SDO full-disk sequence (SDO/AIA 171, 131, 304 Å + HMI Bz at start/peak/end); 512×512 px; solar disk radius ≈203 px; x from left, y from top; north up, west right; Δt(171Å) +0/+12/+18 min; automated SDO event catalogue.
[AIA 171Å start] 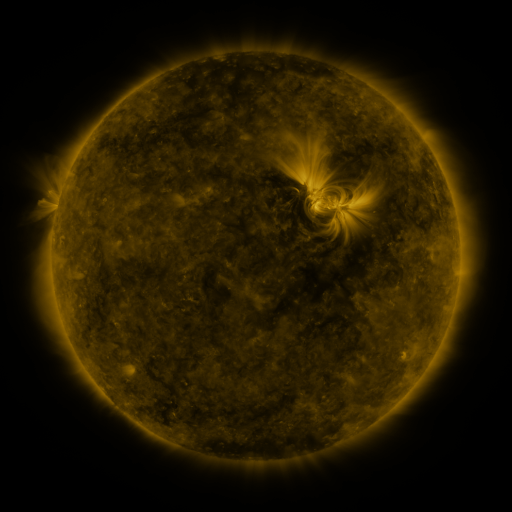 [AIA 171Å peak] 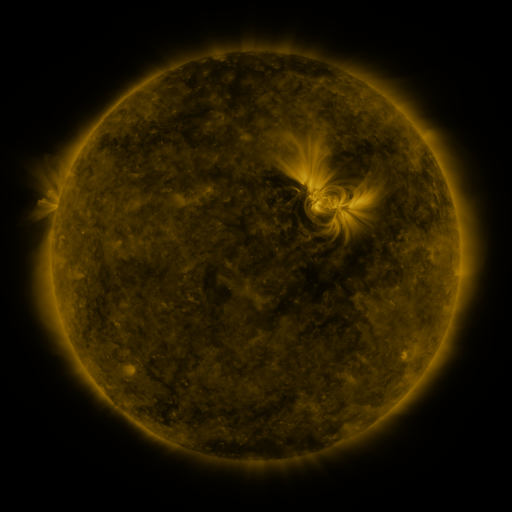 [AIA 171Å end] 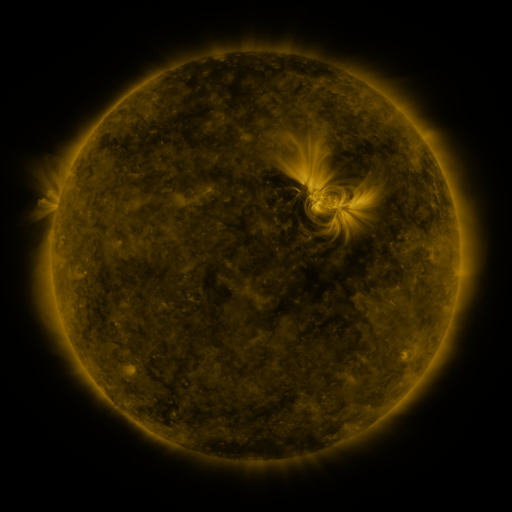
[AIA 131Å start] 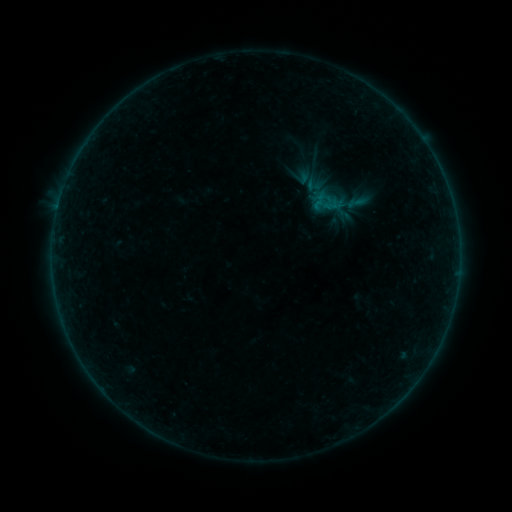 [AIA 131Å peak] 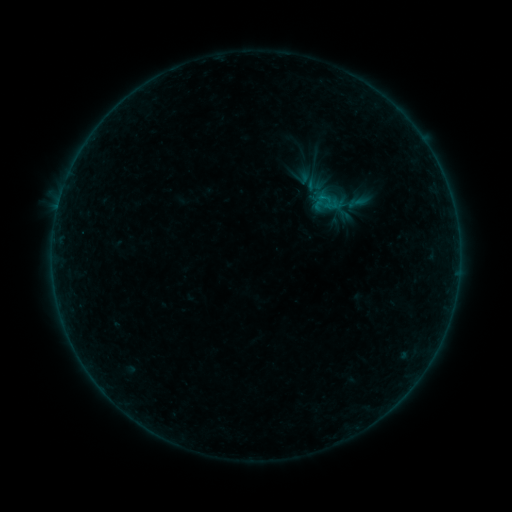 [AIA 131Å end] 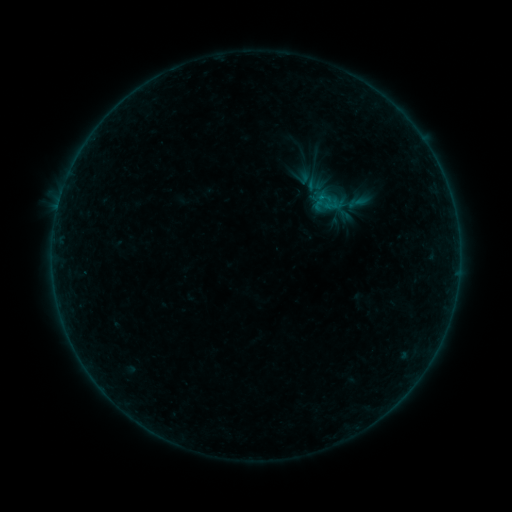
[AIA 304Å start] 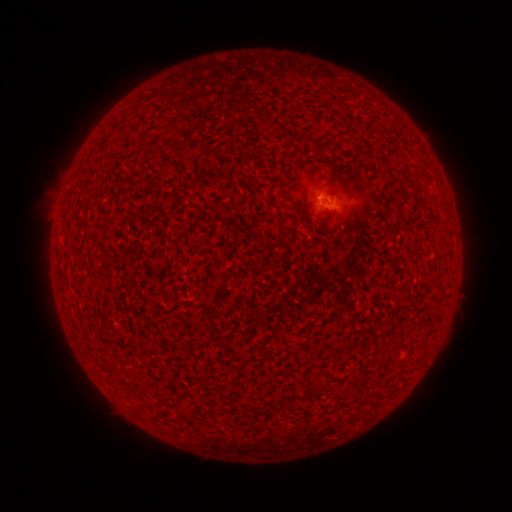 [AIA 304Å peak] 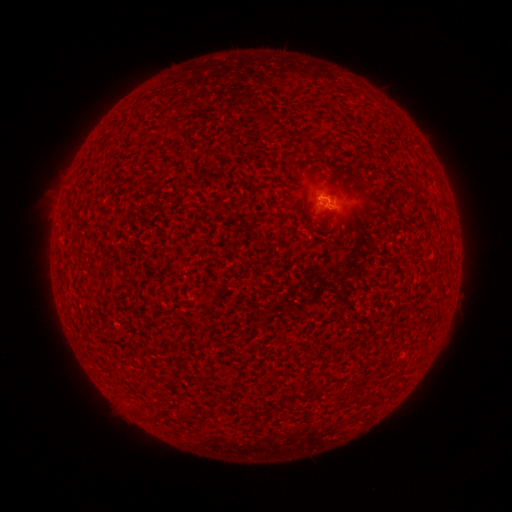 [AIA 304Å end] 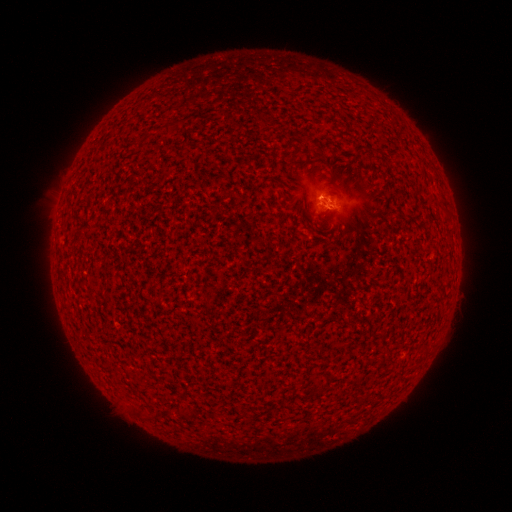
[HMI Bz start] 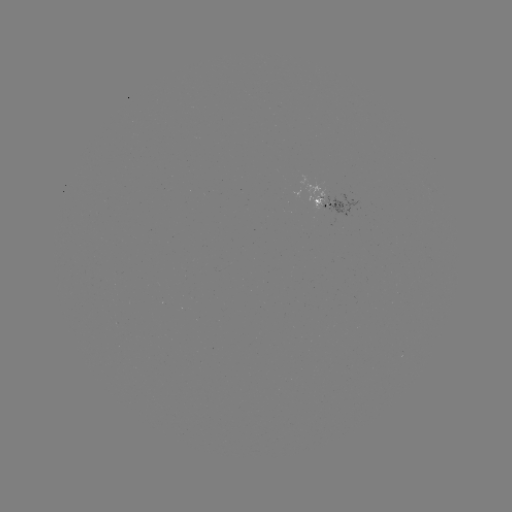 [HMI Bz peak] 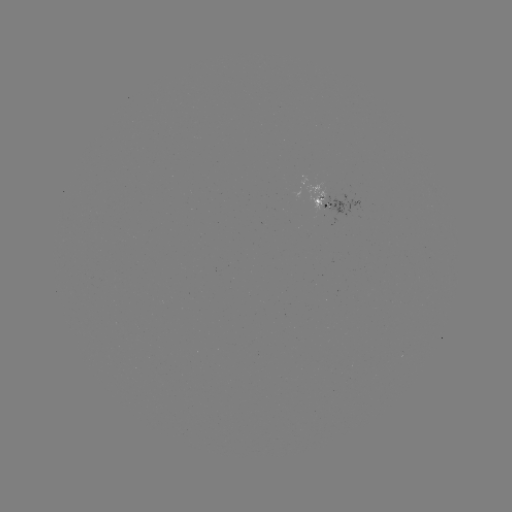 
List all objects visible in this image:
B1.2 flare: (320, 200)
